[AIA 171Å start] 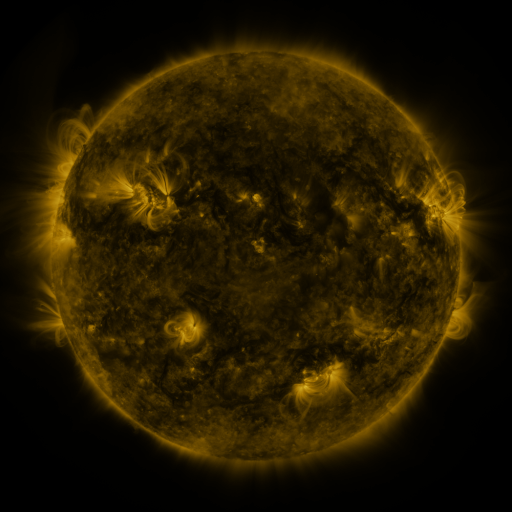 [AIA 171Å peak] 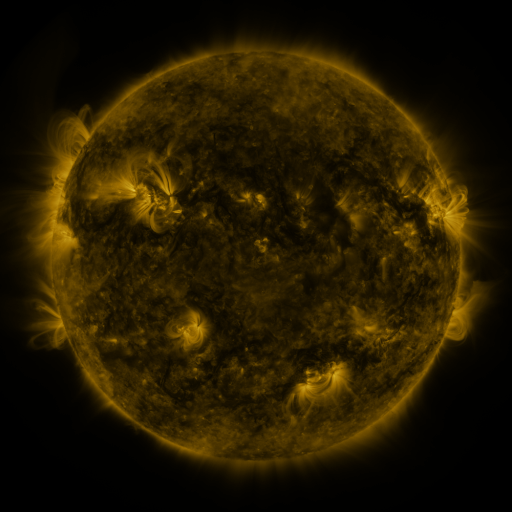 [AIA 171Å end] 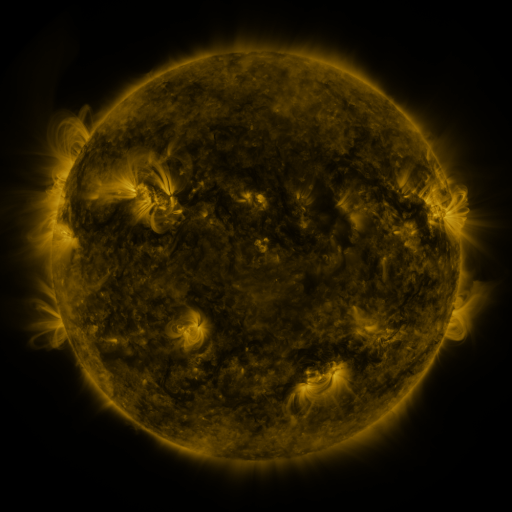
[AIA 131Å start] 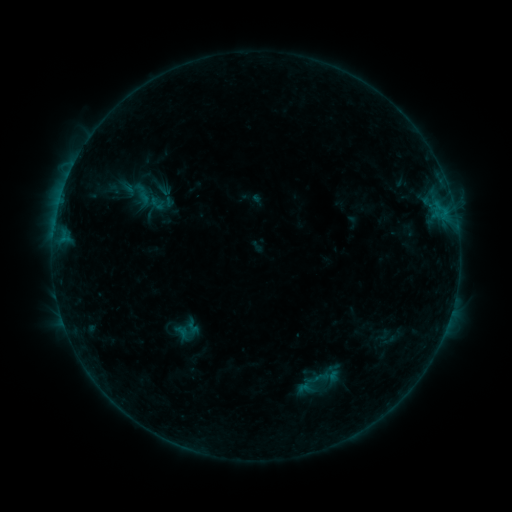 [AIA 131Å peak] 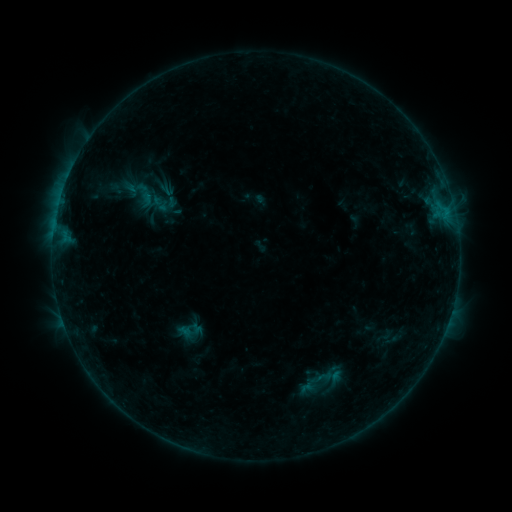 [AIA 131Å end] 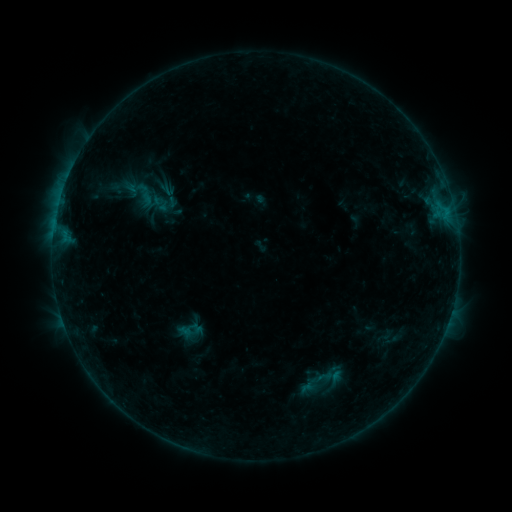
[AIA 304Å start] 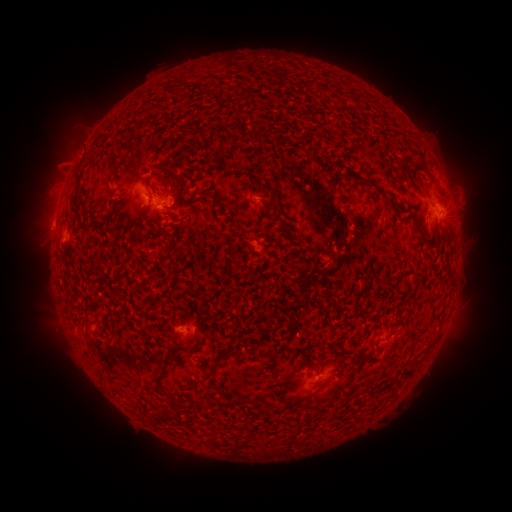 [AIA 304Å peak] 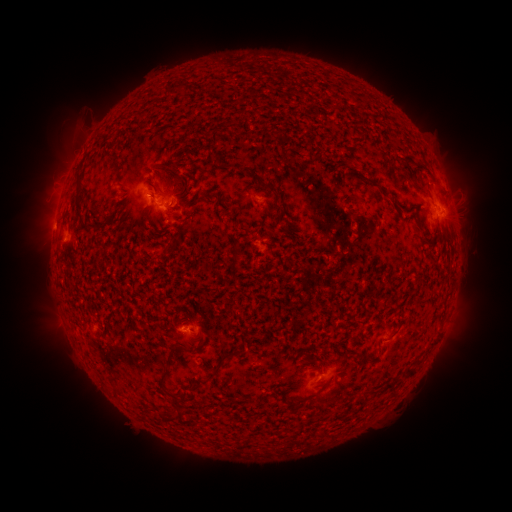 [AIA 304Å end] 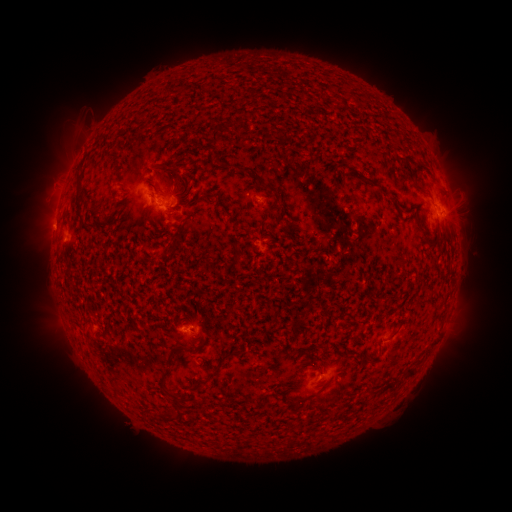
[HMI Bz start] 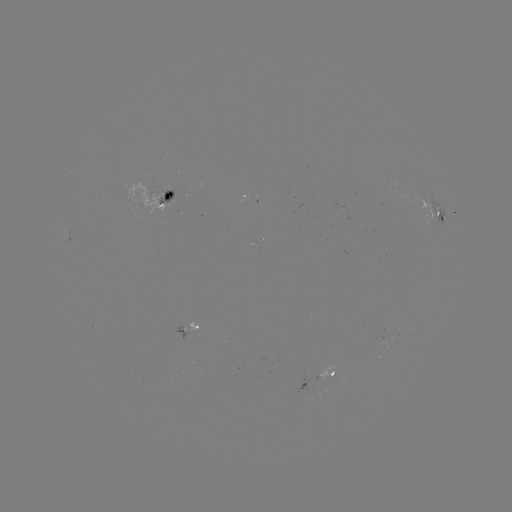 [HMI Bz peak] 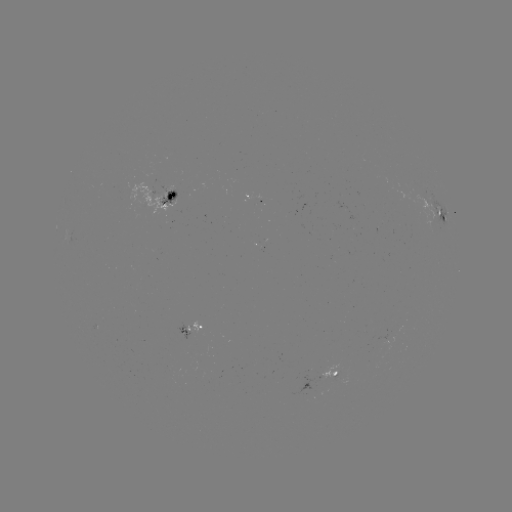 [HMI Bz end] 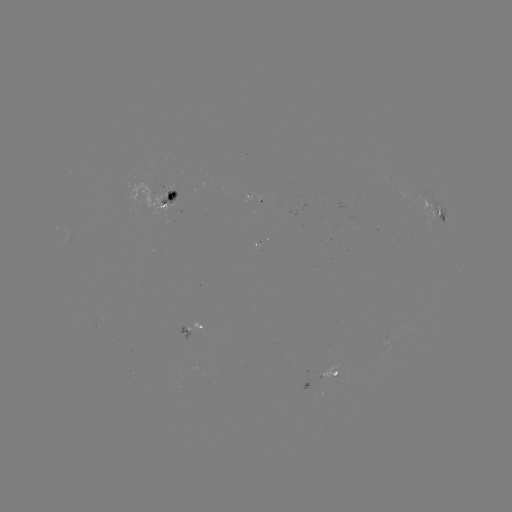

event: emerging-flux region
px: (171, 191)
